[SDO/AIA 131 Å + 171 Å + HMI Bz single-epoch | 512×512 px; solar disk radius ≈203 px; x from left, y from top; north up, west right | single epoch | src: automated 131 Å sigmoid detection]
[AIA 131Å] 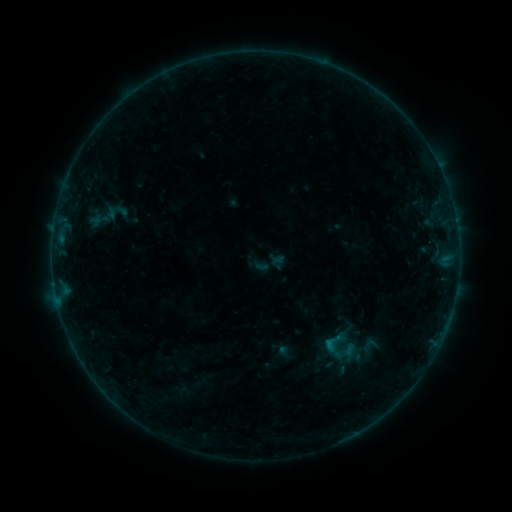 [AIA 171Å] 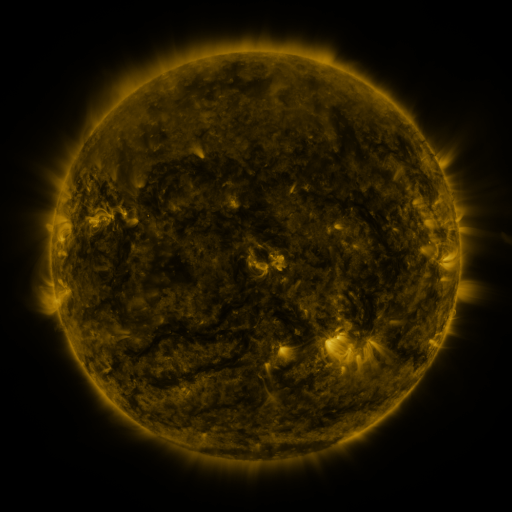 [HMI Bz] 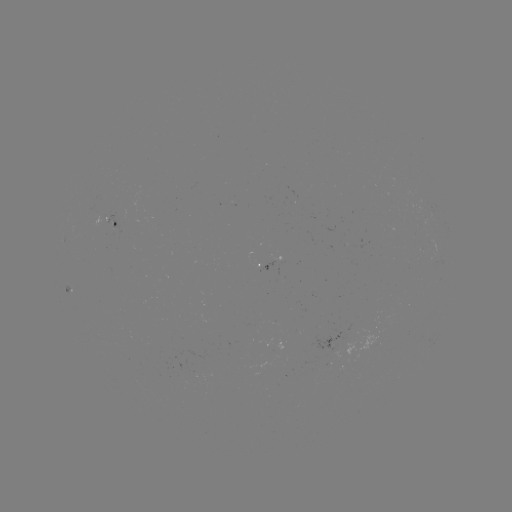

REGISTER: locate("sigmoid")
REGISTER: (334, 342)